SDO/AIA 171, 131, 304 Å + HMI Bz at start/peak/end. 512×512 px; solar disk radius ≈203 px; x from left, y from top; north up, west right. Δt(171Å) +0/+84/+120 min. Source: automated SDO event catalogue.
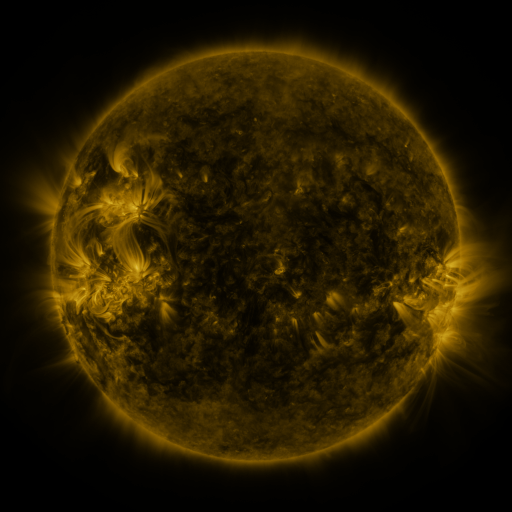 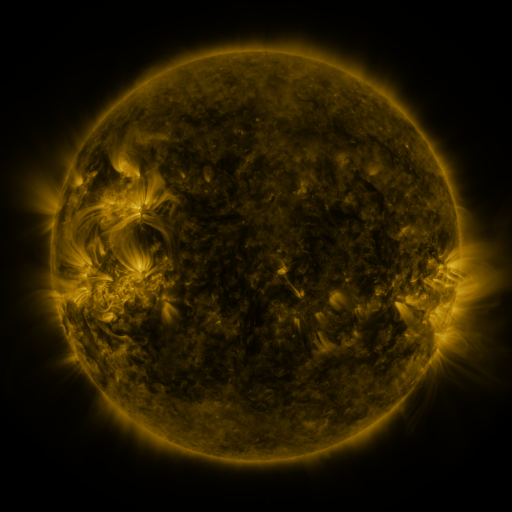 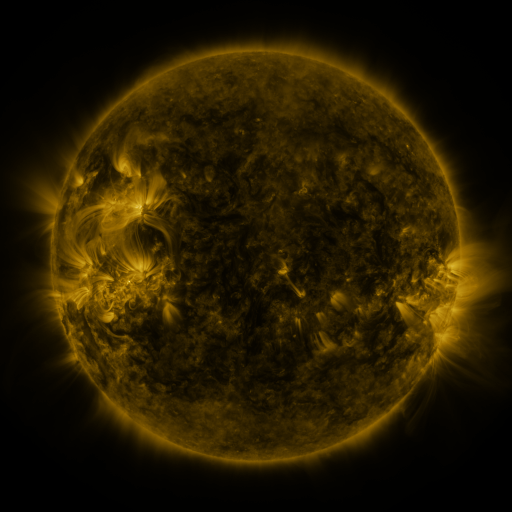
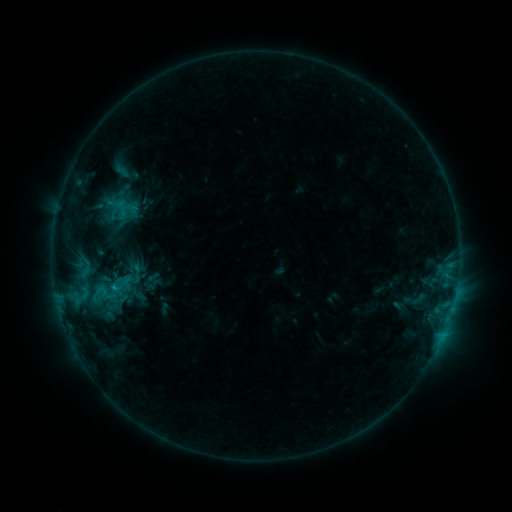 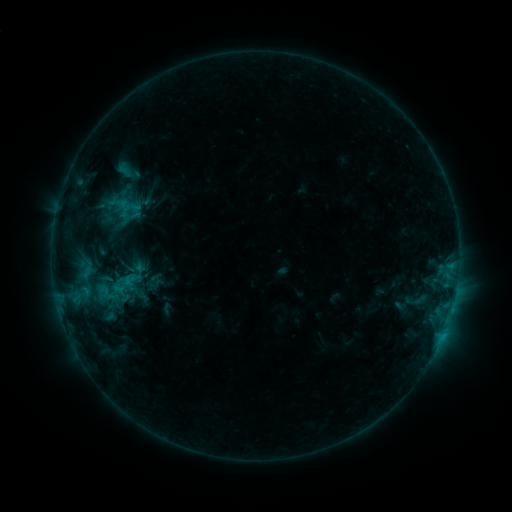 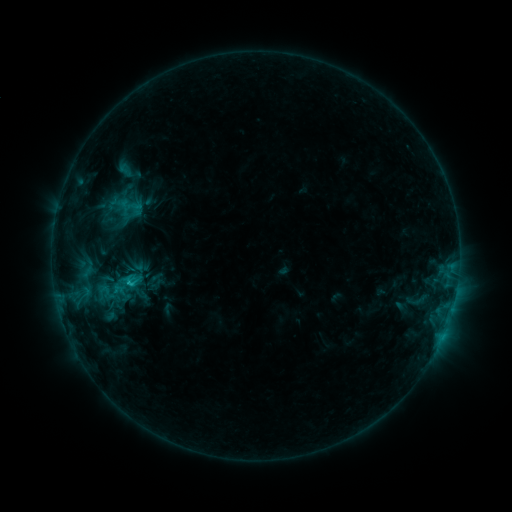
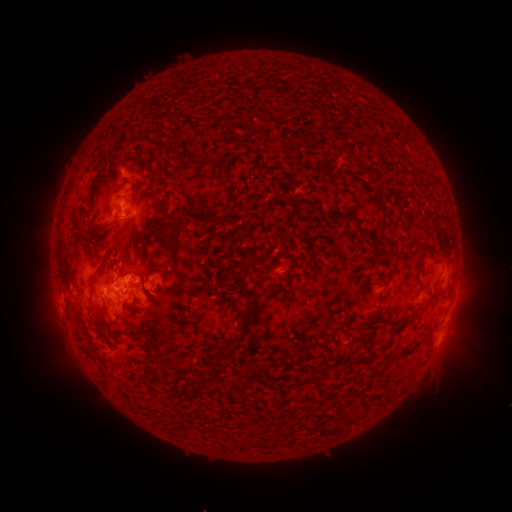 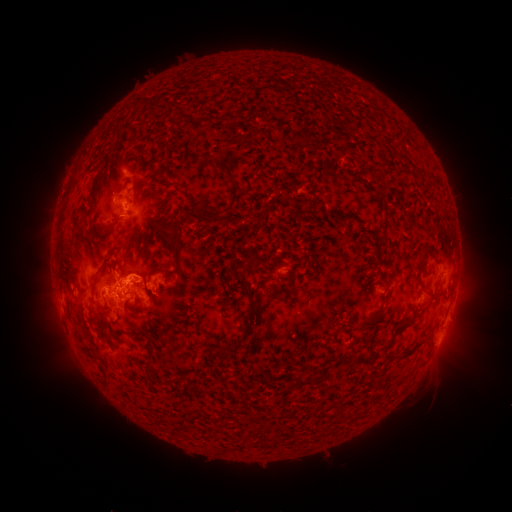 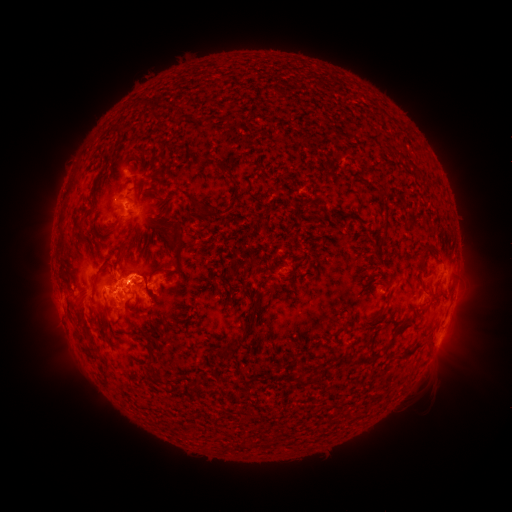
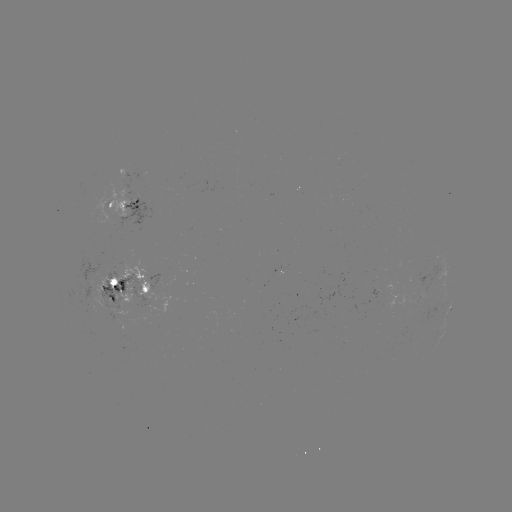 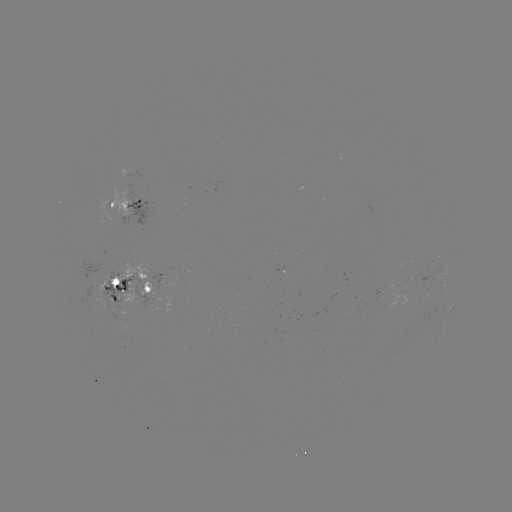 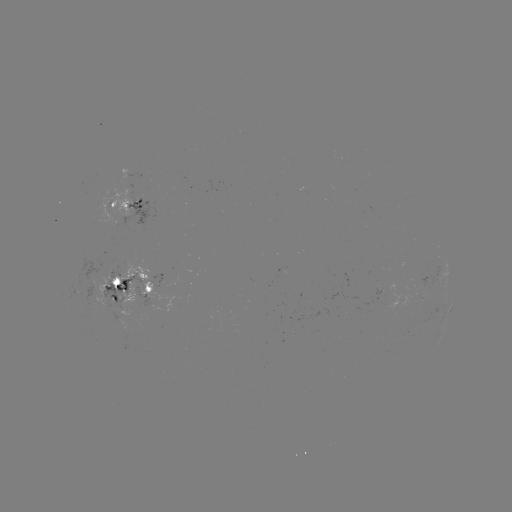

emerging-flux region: [409, 295, 420, 306]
